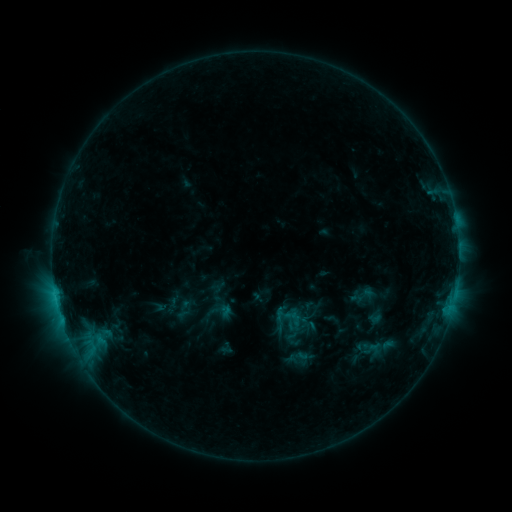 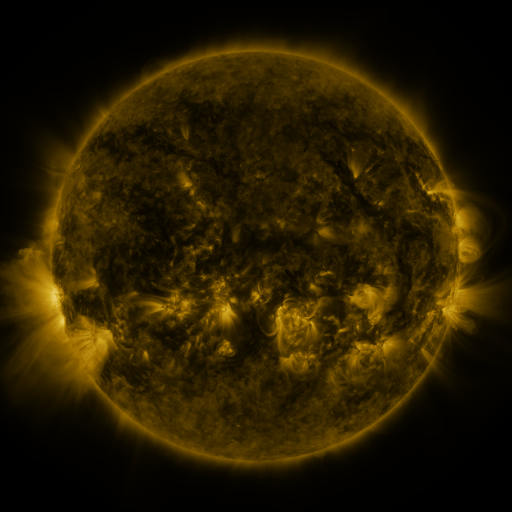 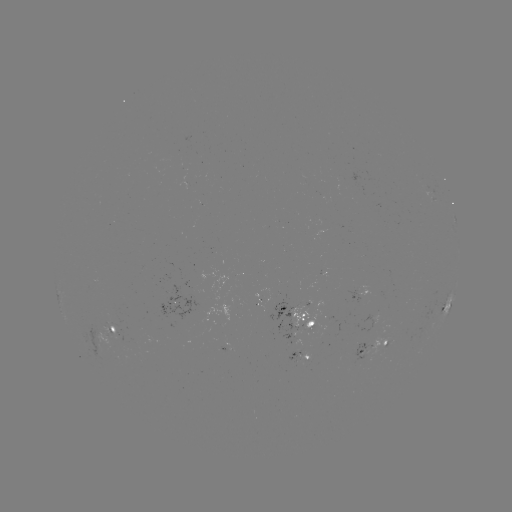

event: sigmoid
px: (221, 311)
